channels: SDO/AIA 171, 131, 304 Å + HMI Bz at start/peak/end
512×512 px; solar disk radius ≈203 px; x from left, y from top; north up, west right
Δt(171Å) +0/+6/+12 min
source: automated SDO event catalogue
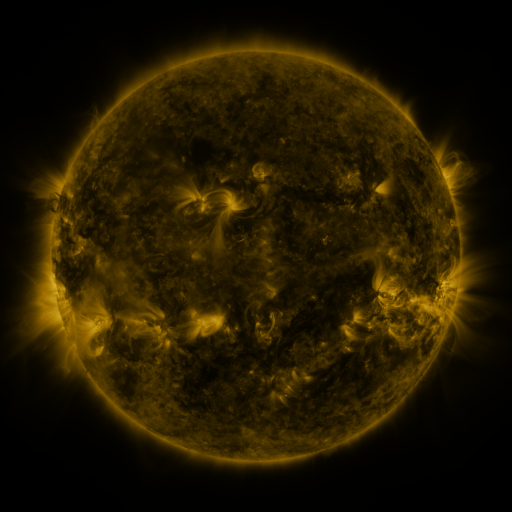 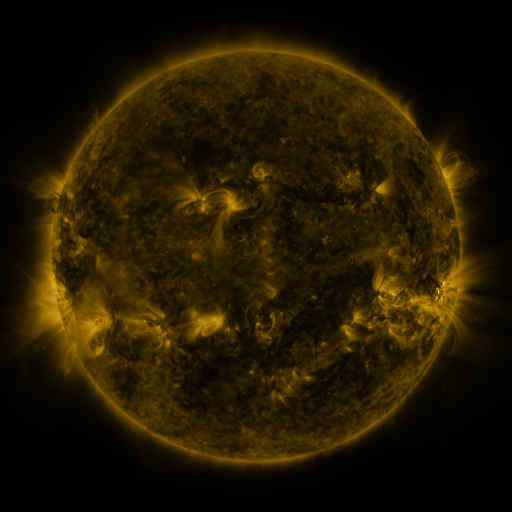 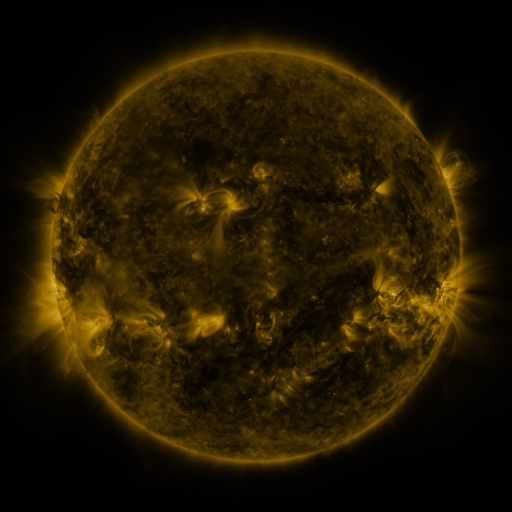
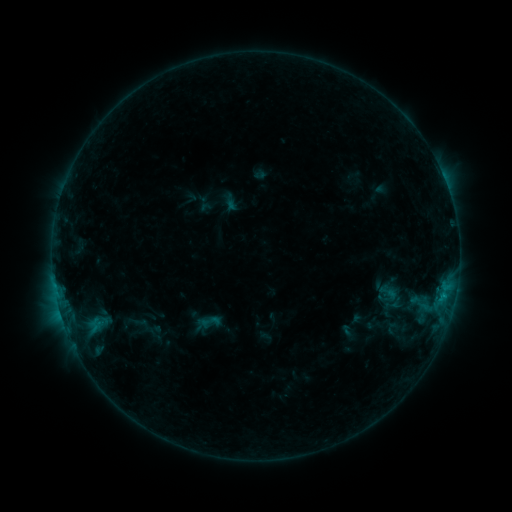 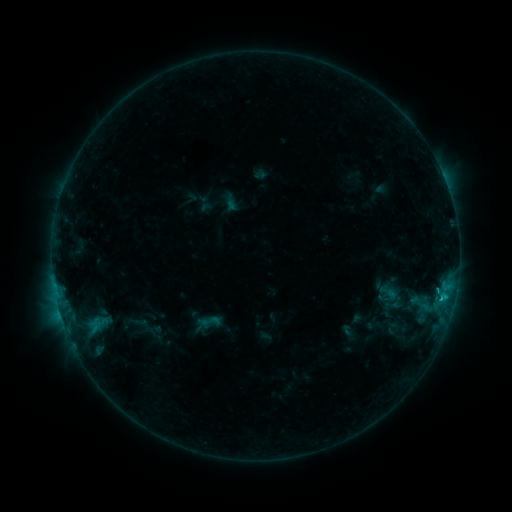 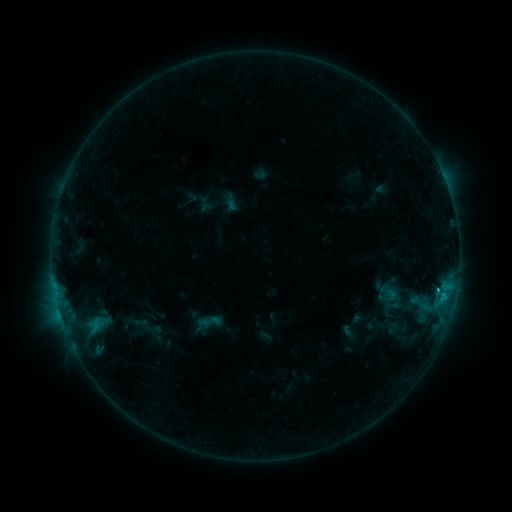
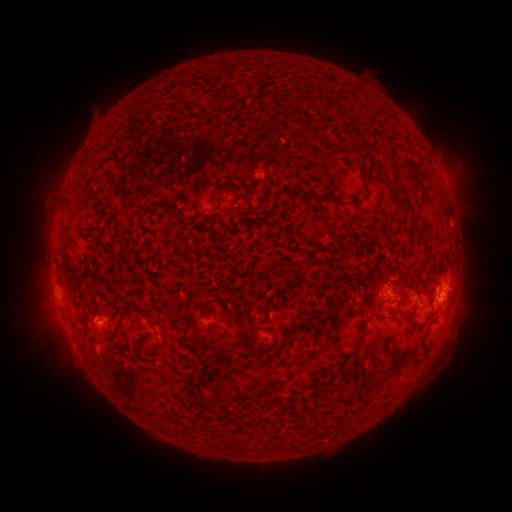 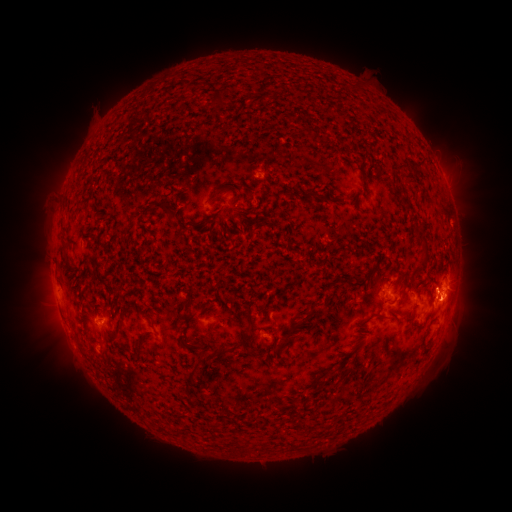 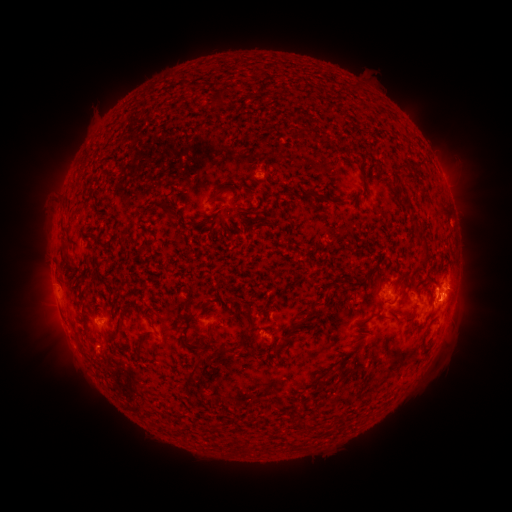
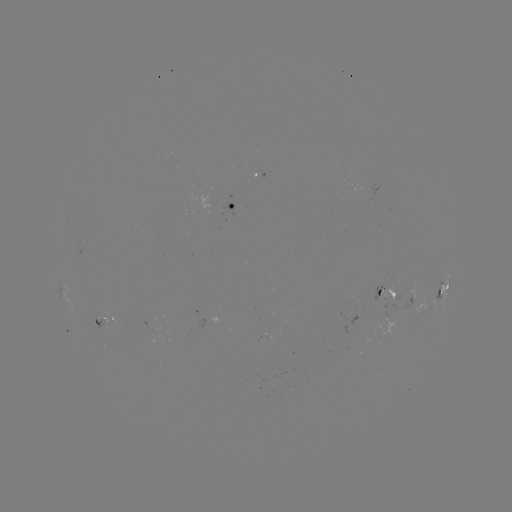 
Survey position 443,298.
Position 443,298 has B9.6 flare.